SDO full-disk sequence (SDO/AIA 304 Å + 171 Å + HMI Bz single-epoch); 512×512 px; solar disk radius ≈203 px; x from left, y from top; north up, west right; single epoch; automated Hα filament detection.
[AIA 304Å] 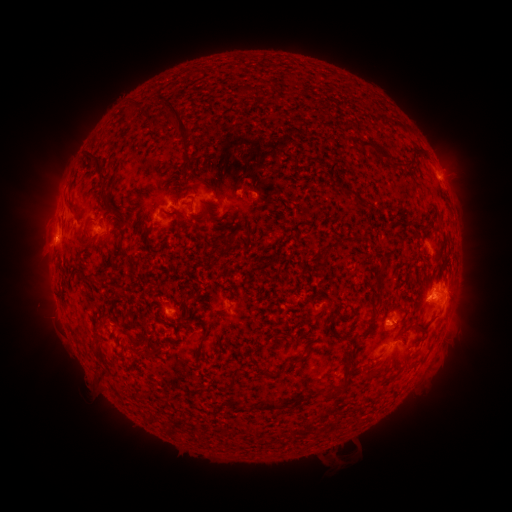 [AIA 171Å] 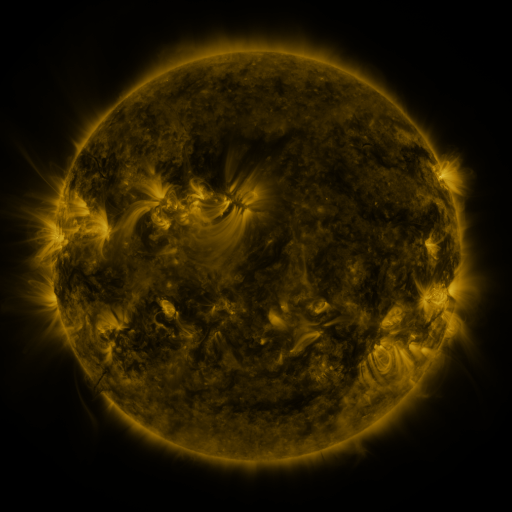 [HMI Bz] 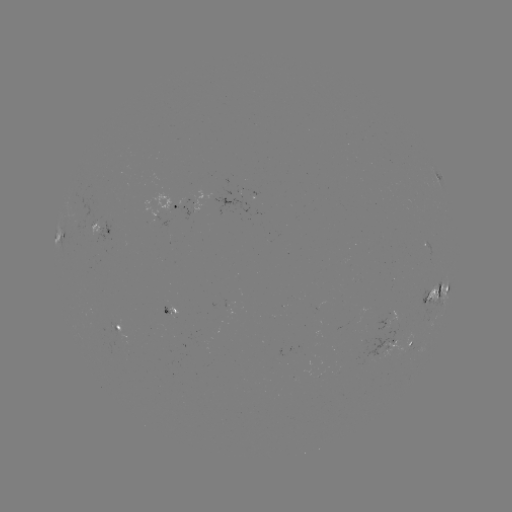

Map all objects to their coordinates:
filament: [232, 84, 252, 97]
filament: [157, 101, 190, 139]
filament: [124, 106, 135, 115]
filament: [340, 133, 351, 143]
filament: [356, 137, 391, 160]
filament: [82, 154, 108, 186]
filament: [202, 181, 212, 192]
filament: [340, 187, 372, 205]
filament: [98, 191, 107, 207]
filament: [188, 200, 194, 214]
filament: [66, 203, 74, 215]
filament: [163, 213, 172, 218]
filament: [143, 226, 156, 239]
filament: [78, 231, 91, 249]
filament: [114, 232, 132, 262]
filament: [335, 236, 347, 245]
filament: [316, 246, 330, 275]
filament: [375, 262, 385, 292]
filament: [315, 289, 327, 311]
filament: [154, 312, 165, 321]
filament: [368, 315, 378, 323]
filament: [327, 316, 337, 331]
filament: [413, 319, 431, 328]
filament: [305, 331, 318, 341]
filament: [357, 334, 364, 343]
filament: [324, 348, 356, 399]
filament: [136, 349, 155, 359]
filament: [294, 354, 307, 363]
filament: [367, 363, 384, 377]
filament: [100, 371, 110, 383]
filament: [252, 399, 294, 411]
